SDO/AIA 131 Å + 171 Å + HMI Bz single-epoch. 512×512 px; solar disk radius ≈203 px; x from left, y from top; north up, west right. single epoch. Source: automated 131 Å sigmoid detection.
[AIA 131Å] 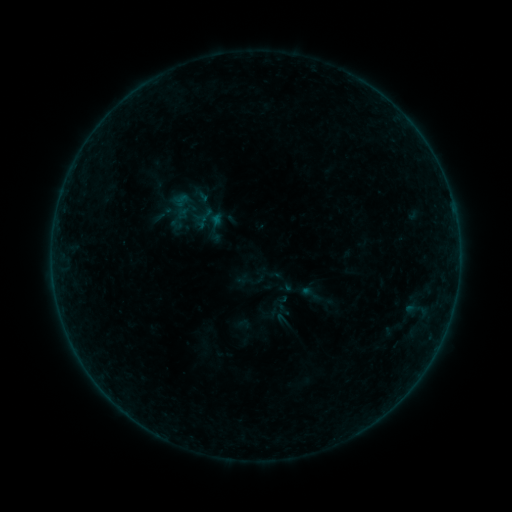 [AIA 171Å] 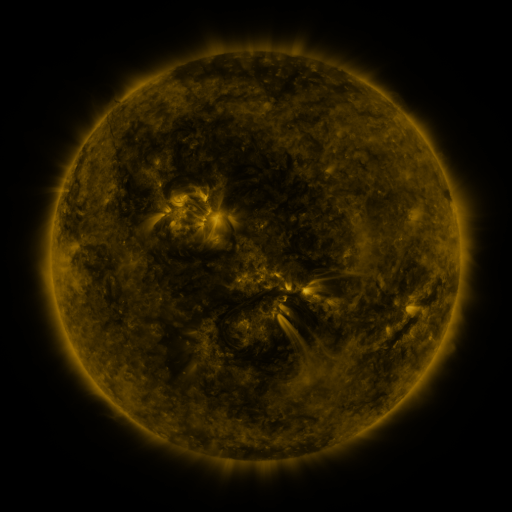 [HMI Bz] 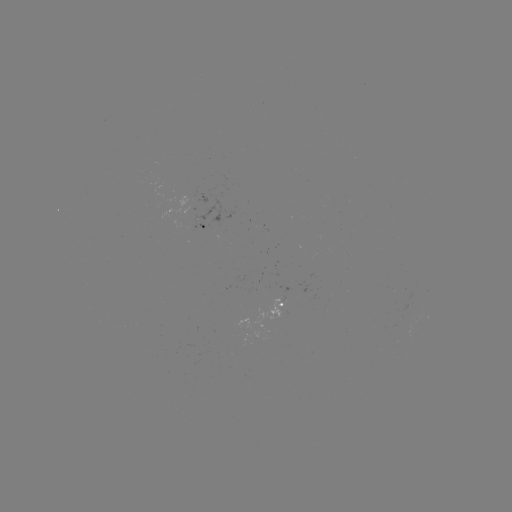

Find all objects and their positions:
sigmoid: (182, 205)
sigmoid: (311, 294)
